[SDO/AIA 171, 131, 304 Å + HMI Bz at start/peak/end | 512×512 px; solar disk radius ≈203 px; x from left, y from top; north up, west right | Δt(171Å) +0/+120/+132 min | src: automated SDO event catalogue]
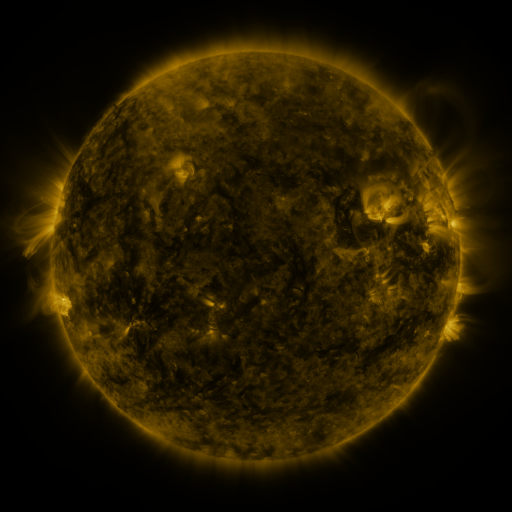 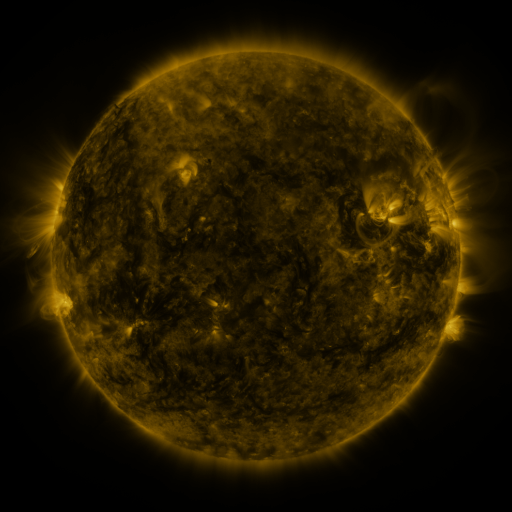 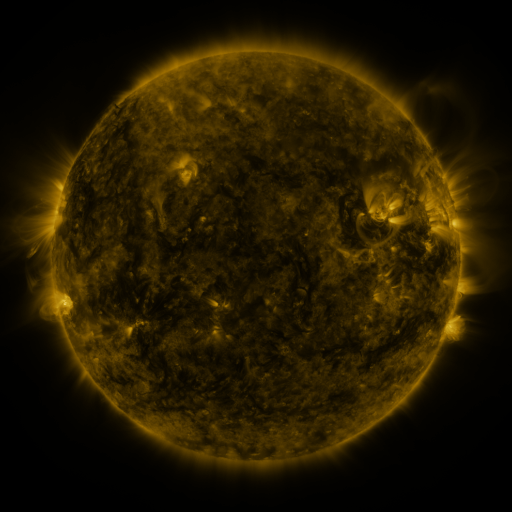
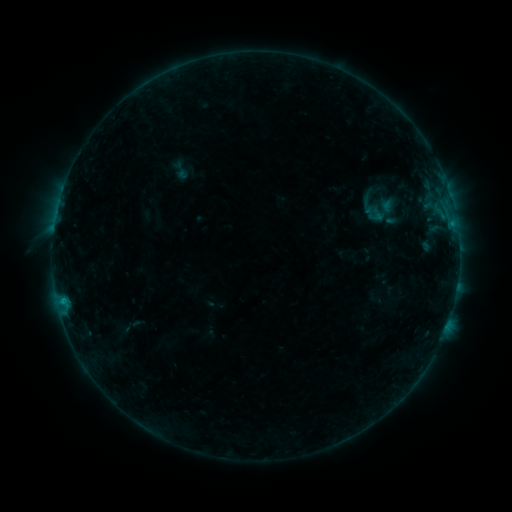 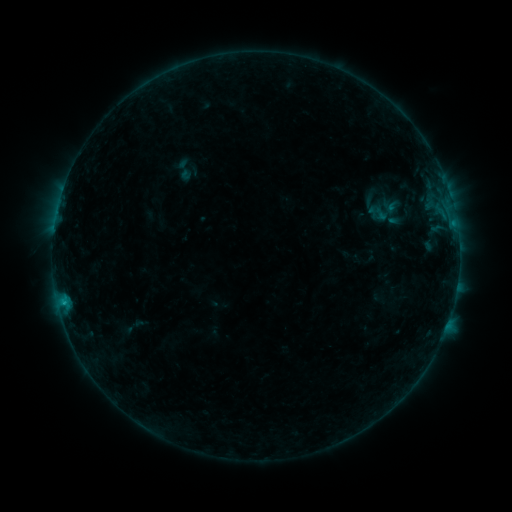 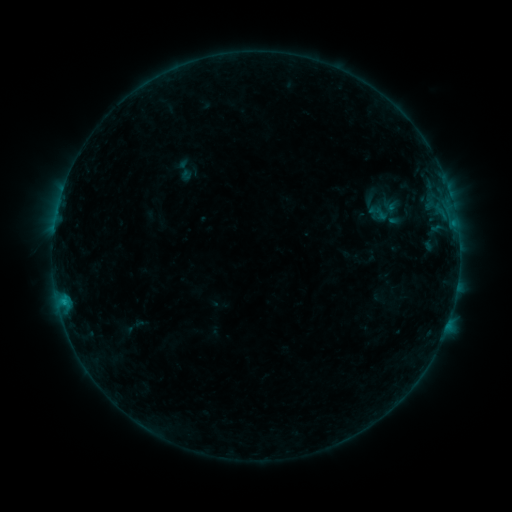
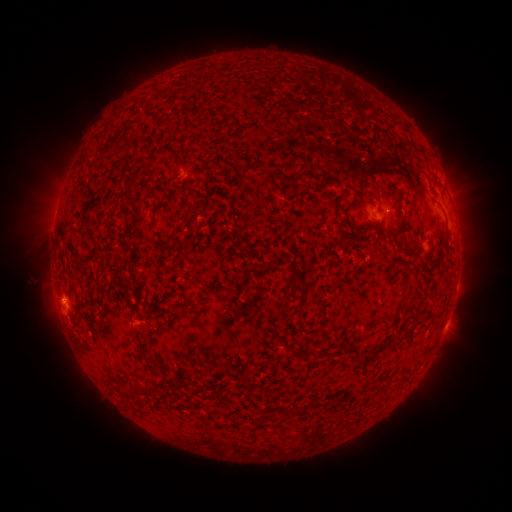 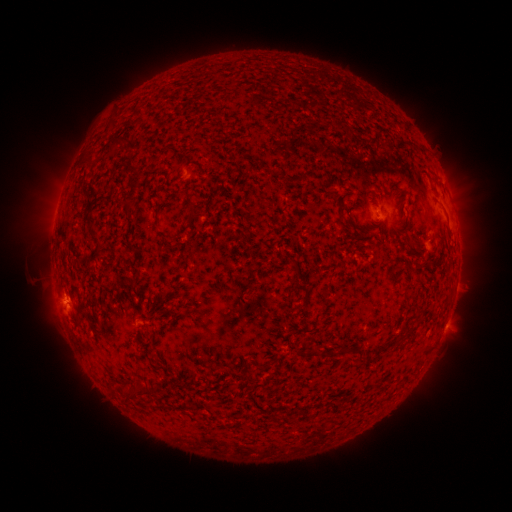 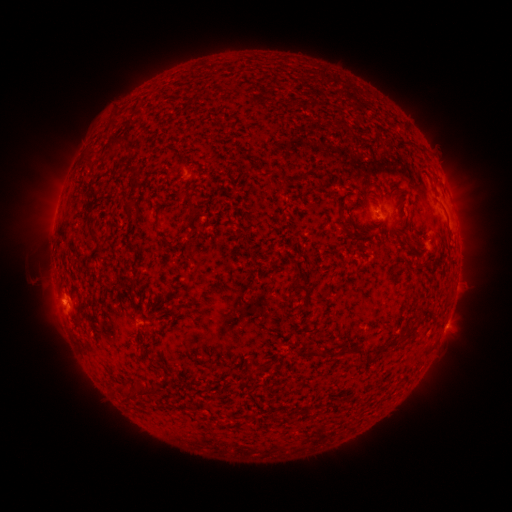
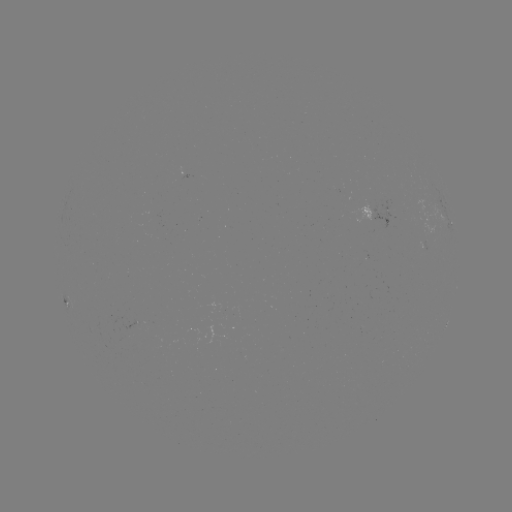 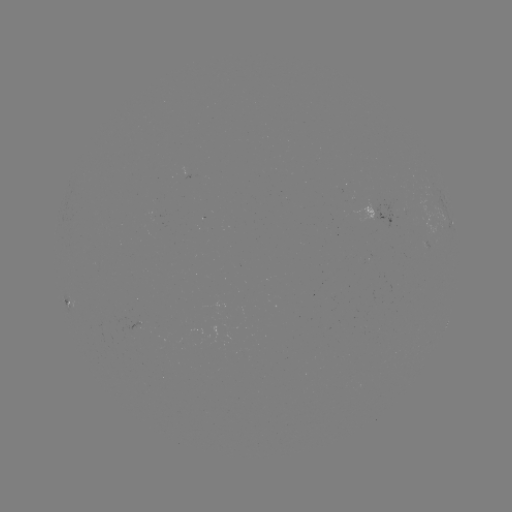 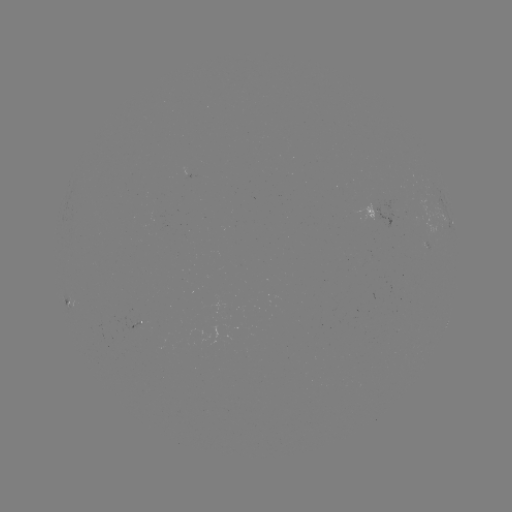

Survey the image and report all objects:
emerging-flux region: (137, 323)
